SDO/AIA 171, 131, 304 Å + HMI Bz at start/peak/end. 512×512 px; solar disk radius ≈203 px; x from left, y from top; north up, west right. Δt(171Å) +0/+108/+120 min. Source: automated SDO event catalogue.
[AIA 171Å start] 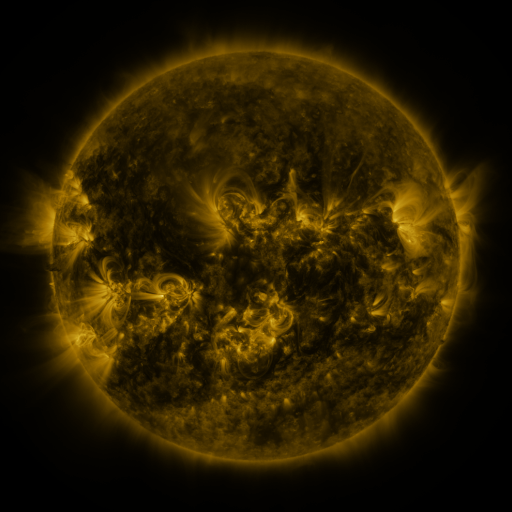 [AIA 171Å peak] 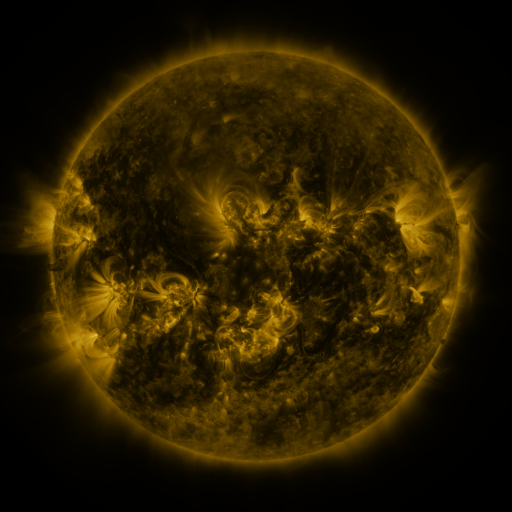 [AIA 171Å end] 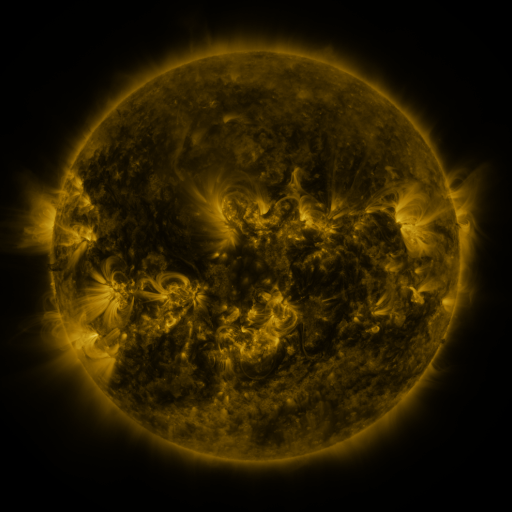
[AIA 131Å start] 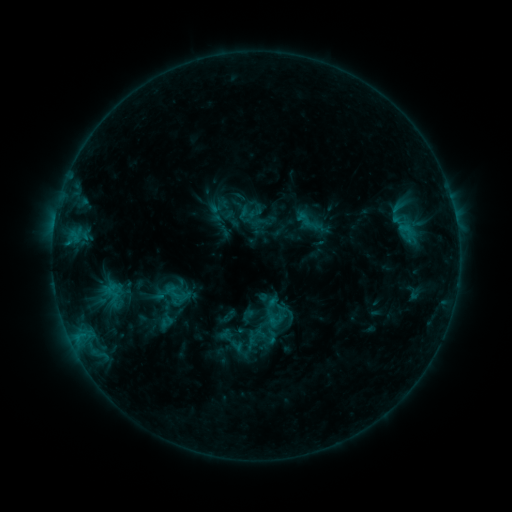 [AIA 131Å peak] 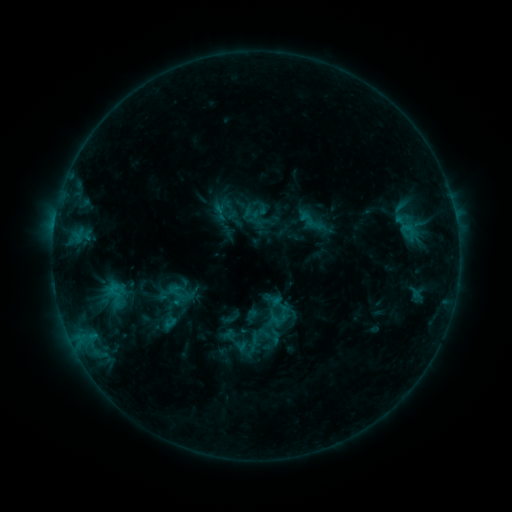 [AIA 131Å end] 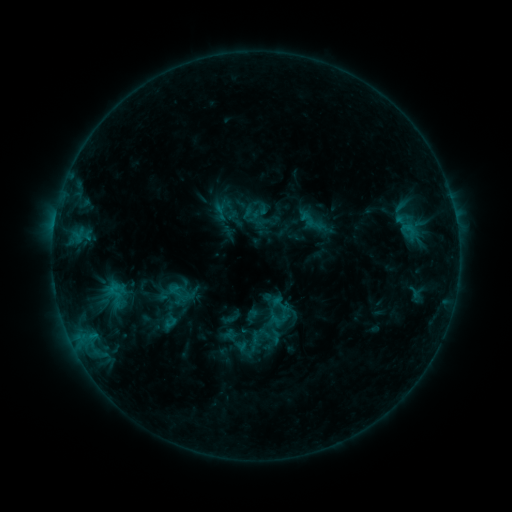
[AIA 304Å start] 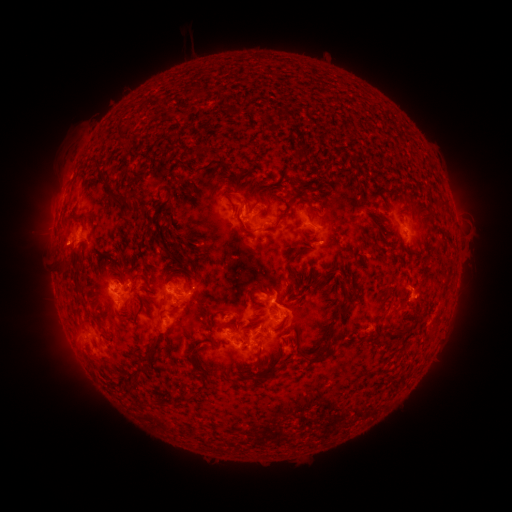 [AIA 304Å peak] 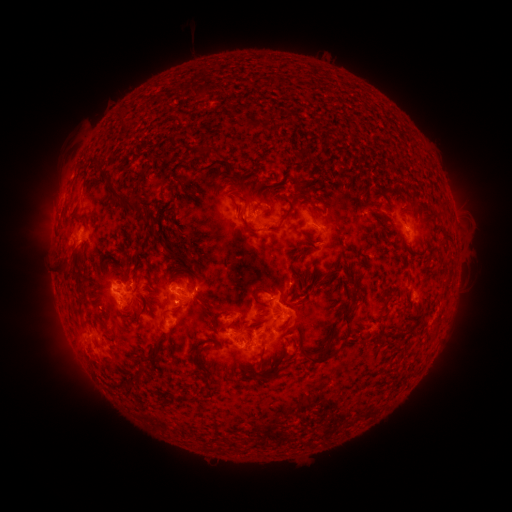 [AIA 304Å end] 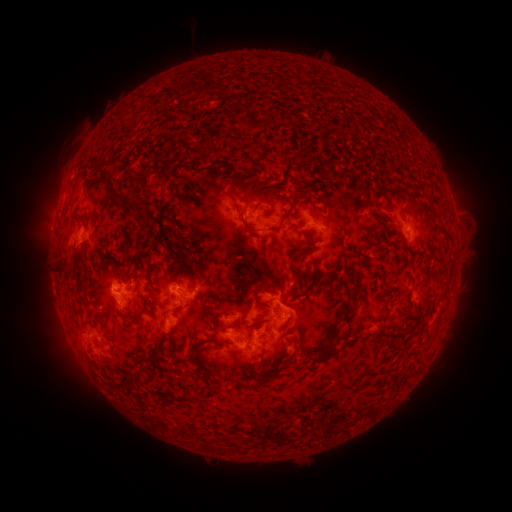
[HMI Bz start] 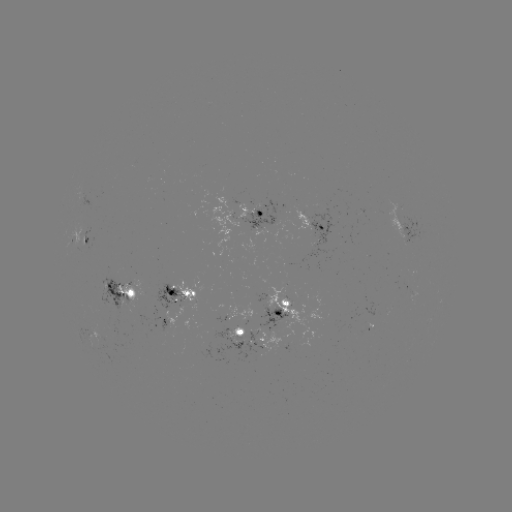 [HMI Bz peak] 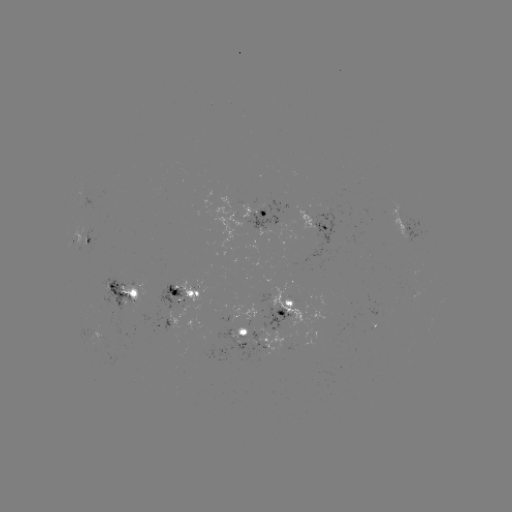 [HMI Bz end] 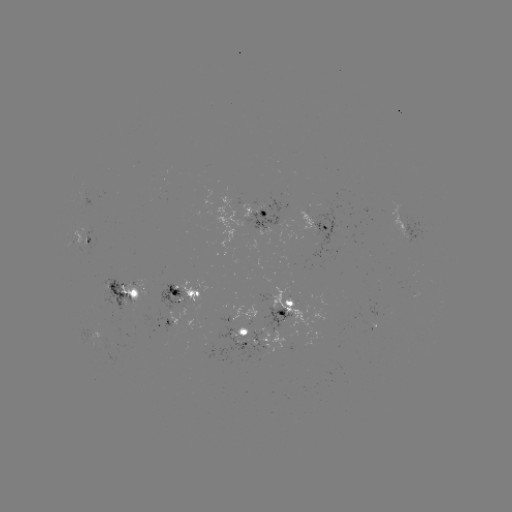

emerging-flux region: (218, 303, 230, 321)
